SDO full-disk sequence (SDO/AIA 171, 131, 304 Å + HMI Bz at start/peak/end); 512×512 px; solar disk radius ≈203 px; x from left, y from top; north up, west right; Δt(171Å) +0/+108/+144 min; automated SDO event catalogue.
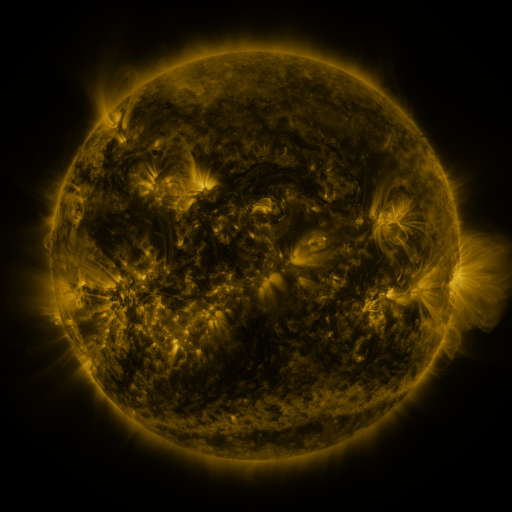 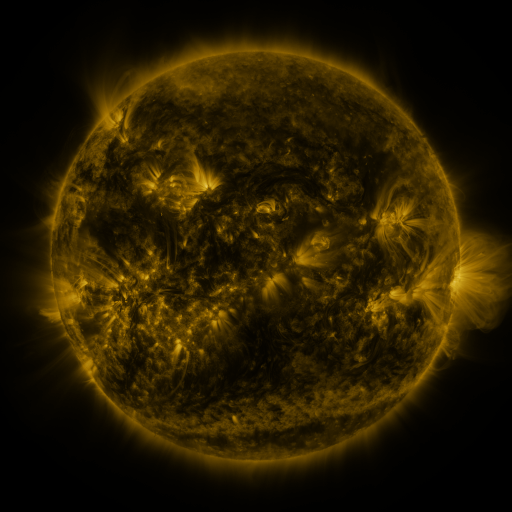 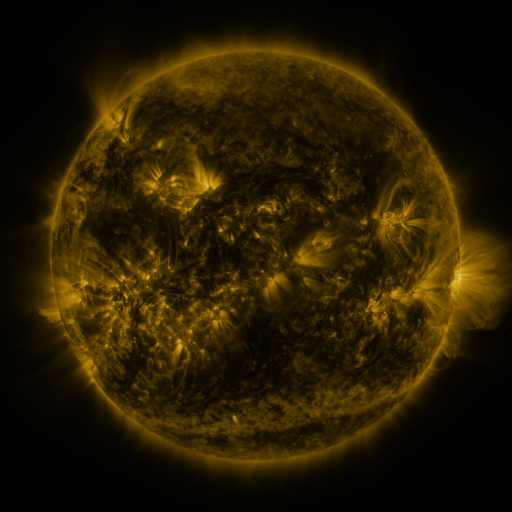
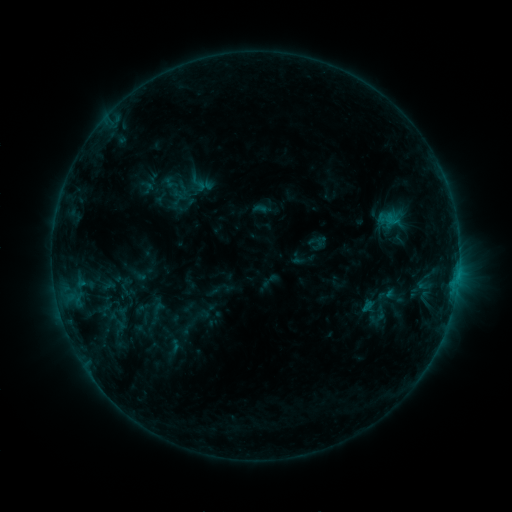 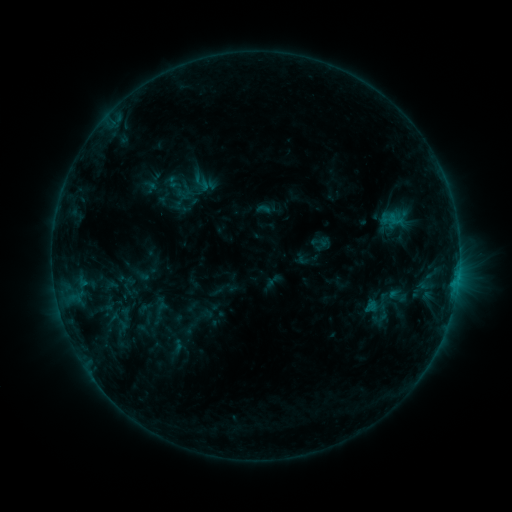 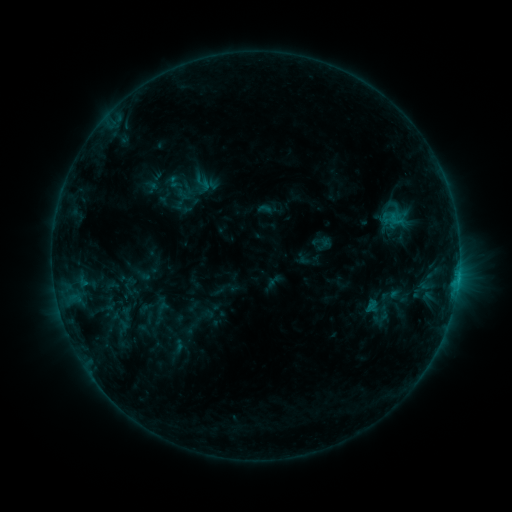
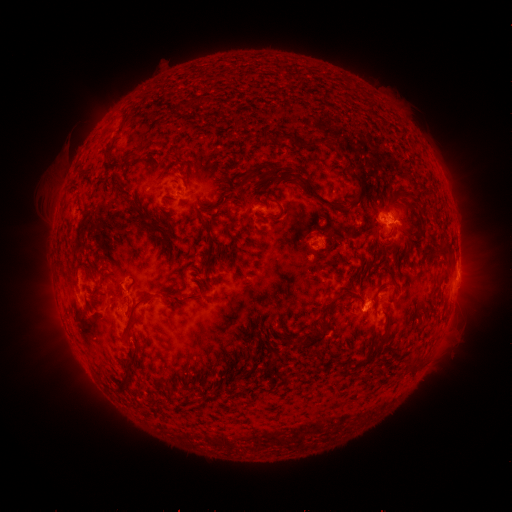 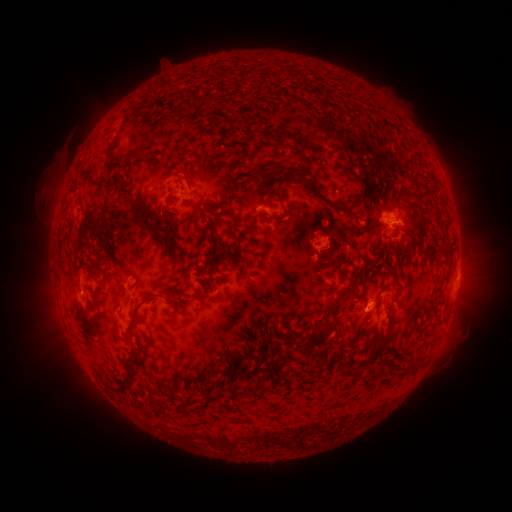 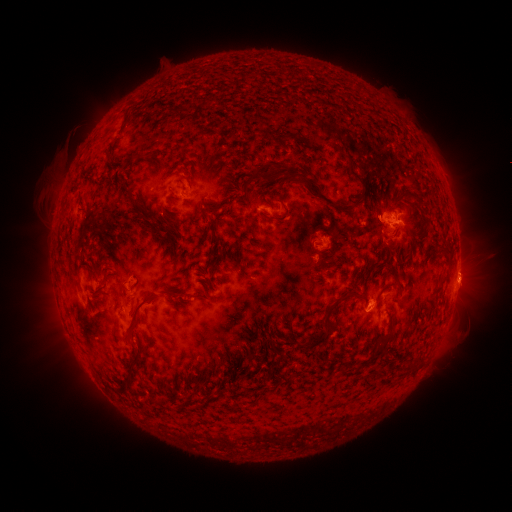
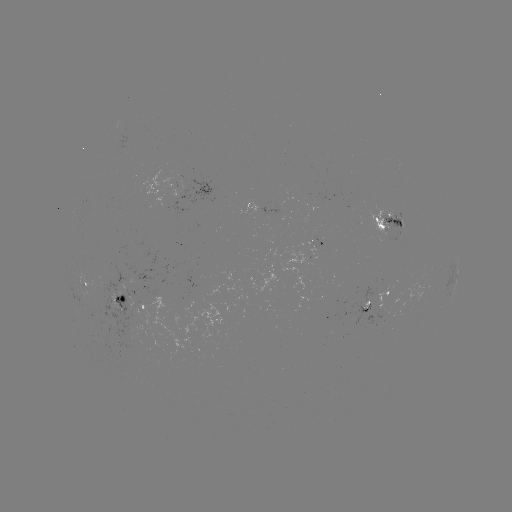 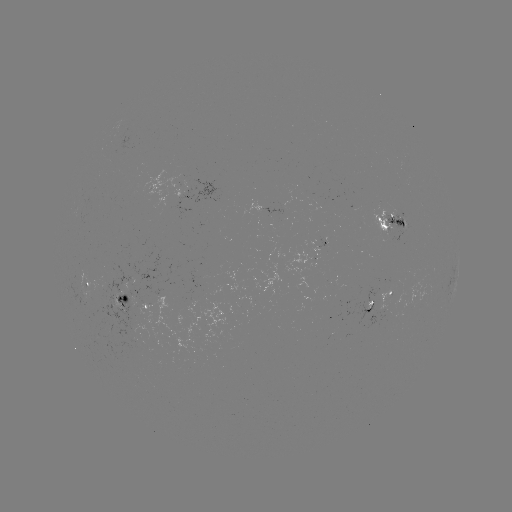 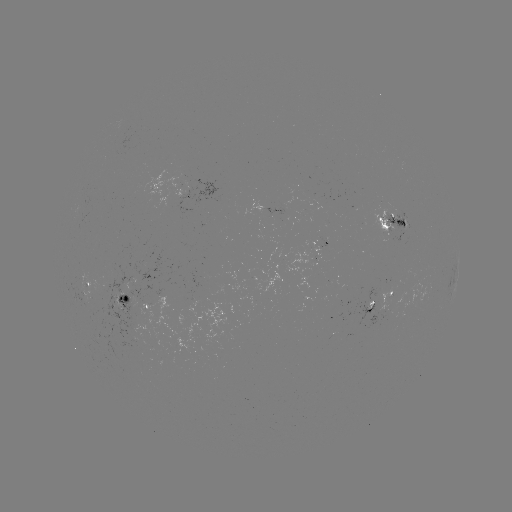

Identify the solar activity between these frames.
emerging-flux region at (91, 298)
